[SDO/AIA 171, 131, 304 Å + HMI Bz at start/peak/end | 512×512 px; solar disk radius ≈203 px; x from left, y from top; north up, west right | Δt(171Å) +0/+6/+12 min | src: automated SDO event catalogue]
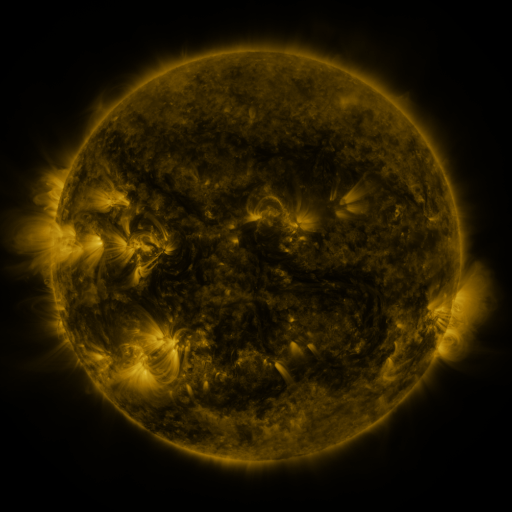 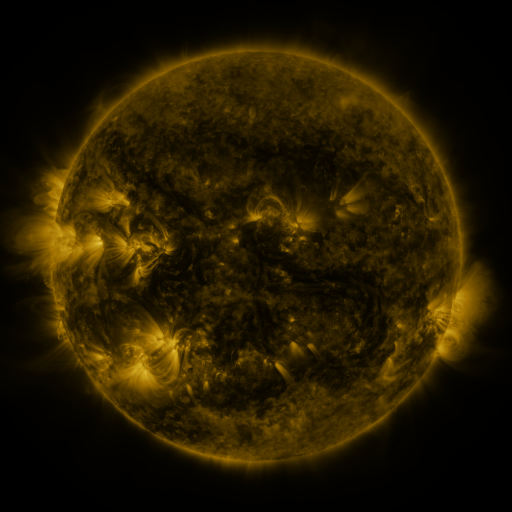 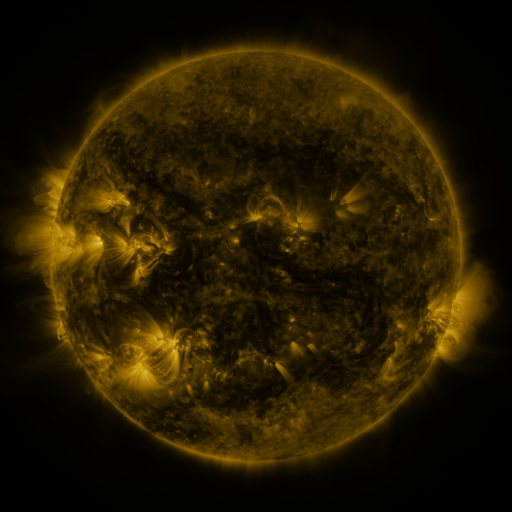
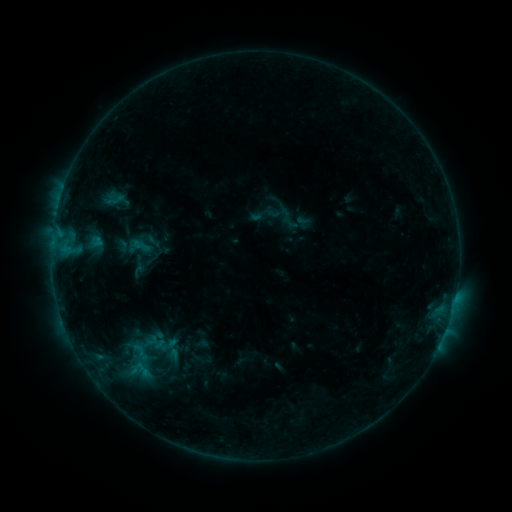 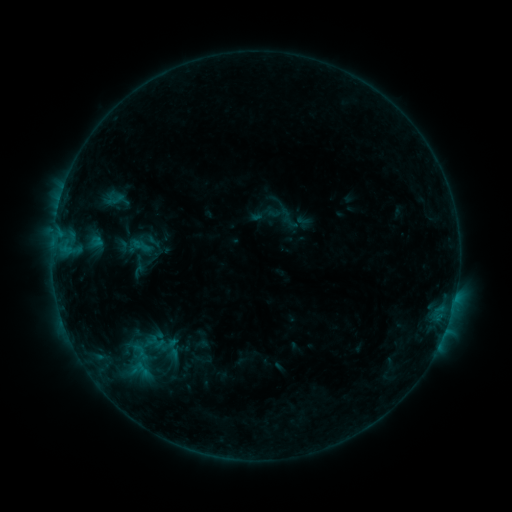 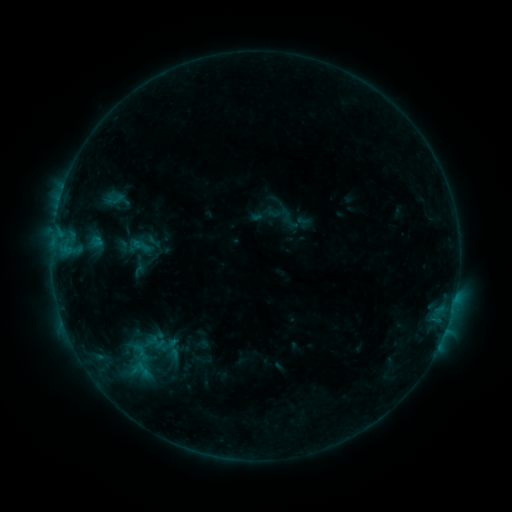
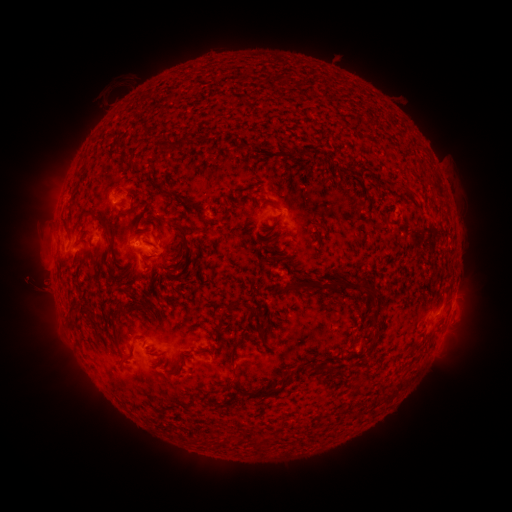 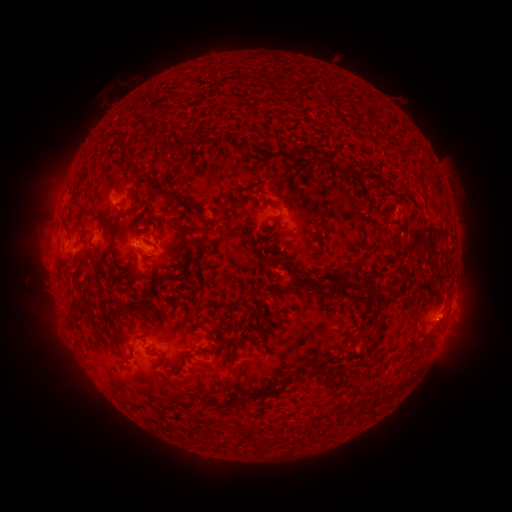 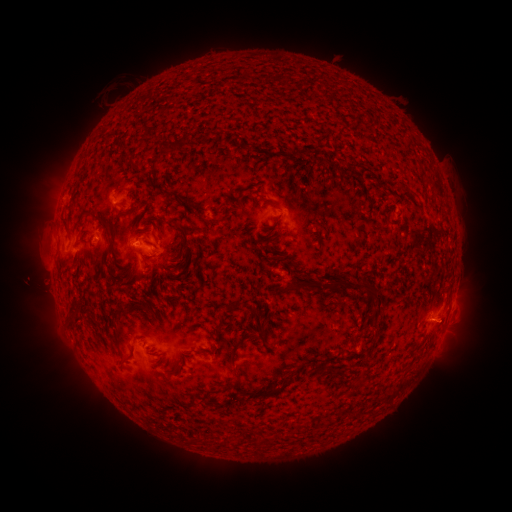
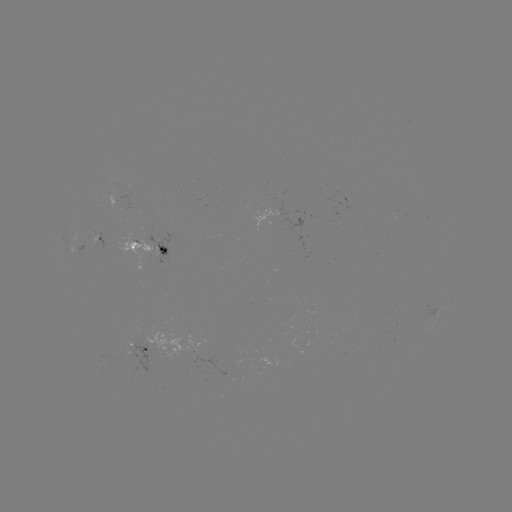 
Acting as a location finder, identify eruption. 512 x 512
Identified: [445, 318].